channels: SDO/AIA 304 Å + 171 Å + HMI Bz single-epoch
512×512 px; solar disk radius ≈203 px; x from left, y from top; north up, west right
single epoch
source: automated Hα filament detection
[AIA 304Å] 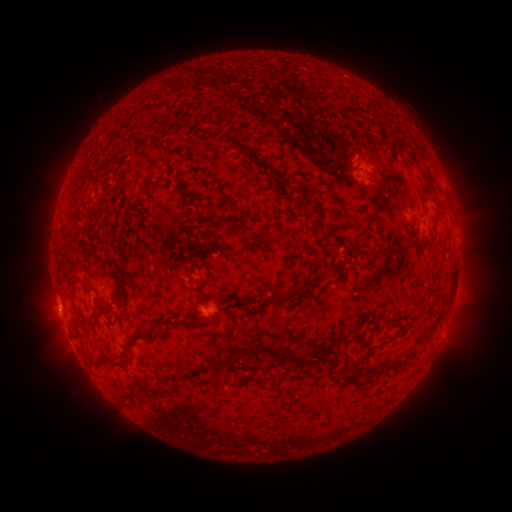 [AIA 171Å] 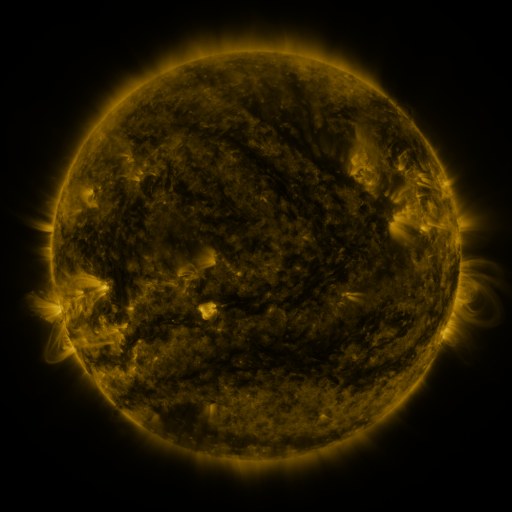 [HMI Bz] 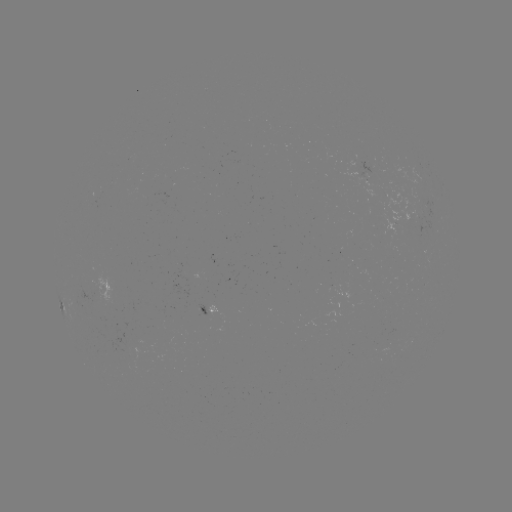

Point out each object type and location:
filament: [351, 147, 360, 157]
filament: [243, 150, 261, 162]
filament: [366, 155, 377, 175]
filament: [423, 165, 434, 182]
filament: [266, 166, 278, 177]
filament: [293, 194, 316, 211]
filament: [222, 197, 239, 214]
filament: [202, 204, 215, 222]
filament: [423, 233, 436, 246]
filament: [110, 260, 126, 301]
filament: [235, 269, 330, 308]
filament: [69, 280, 86, 308]
filament: [101, 305, 112, 315]
filament: [153, 317, 209, 332]
filament: [135, 331, 157, 341]
filament: [122, 341, 136, 360]
filament: [235, 346, 254, 361]
filament: [352, 349, 372, 364]
filament: [89, 357, 124, 369]
filament: [365, 368, 381, 380]
filament: [180, 379, 188, 389]
filament: [156, 386, 168, 399]
